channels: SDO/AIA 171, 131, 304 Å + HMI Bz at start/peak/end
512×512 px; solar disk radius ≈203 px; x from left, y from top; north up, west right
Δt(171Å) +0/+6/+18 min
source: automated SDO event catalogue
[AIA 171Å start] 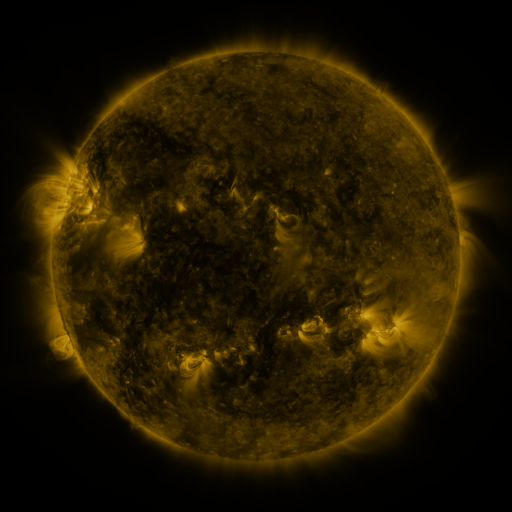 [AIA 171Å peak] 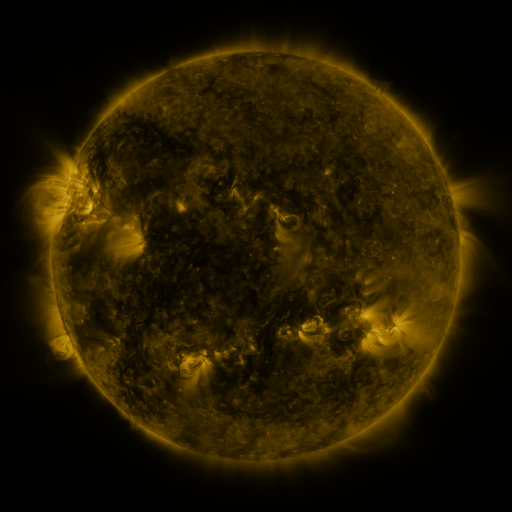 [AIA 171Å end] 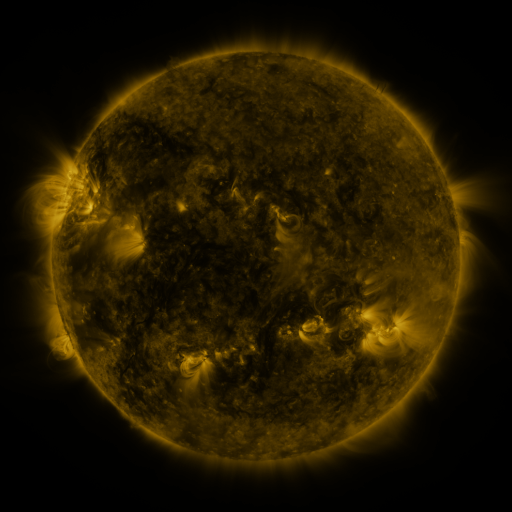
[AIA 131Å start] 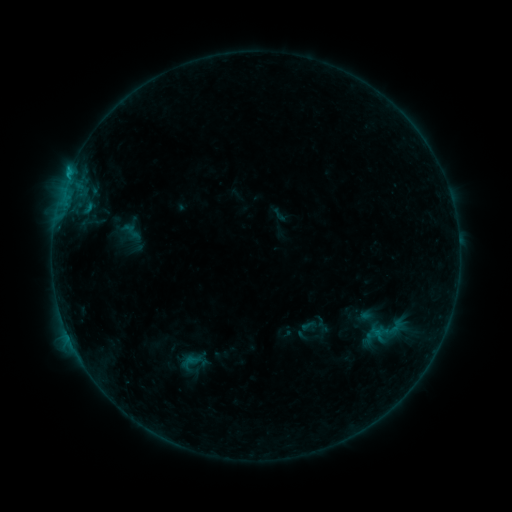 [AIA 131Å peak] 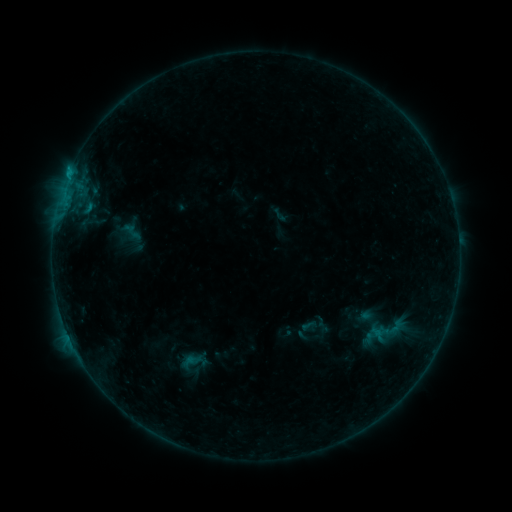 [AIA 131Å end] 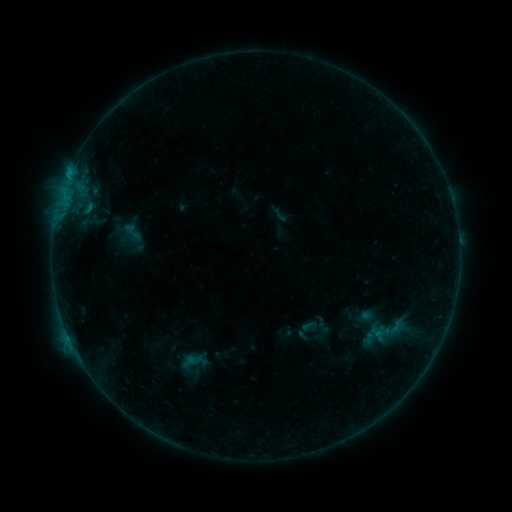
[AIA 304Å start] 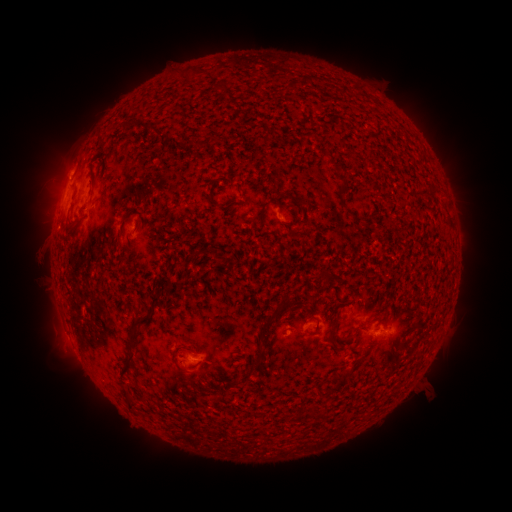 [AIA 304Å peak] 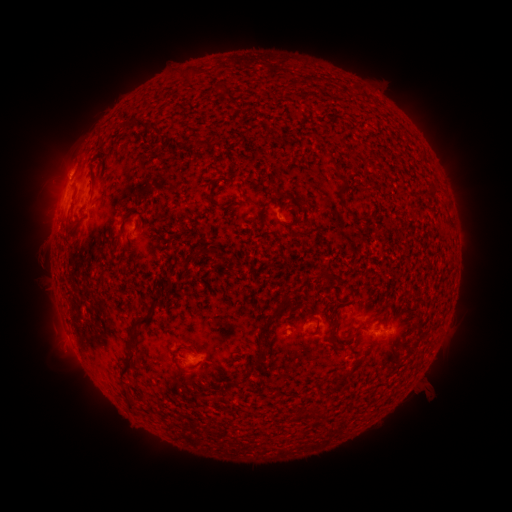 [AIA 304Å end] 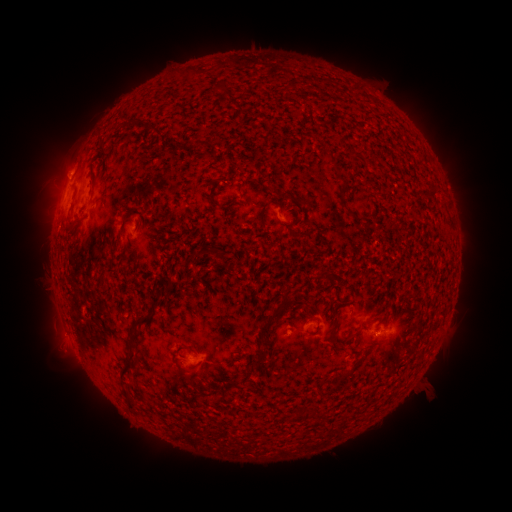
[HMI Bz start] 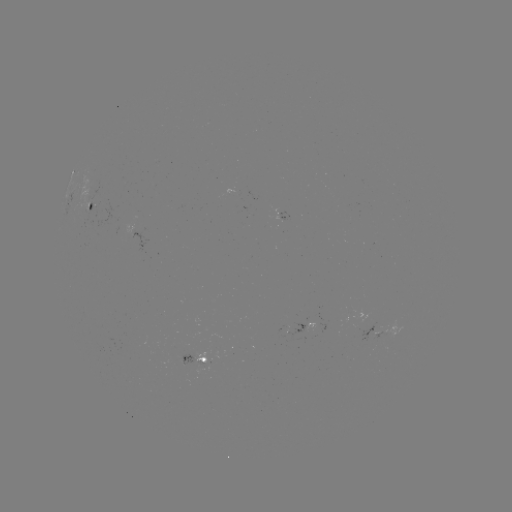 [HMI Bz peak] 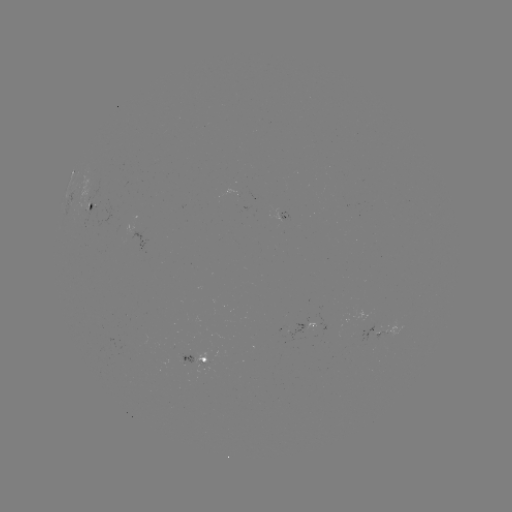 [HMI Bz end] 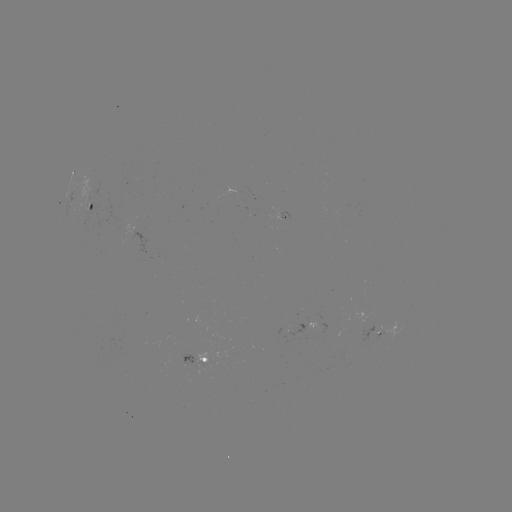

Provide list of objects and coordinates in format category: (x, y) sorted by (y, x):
B5.0 flare: (71, 170)
